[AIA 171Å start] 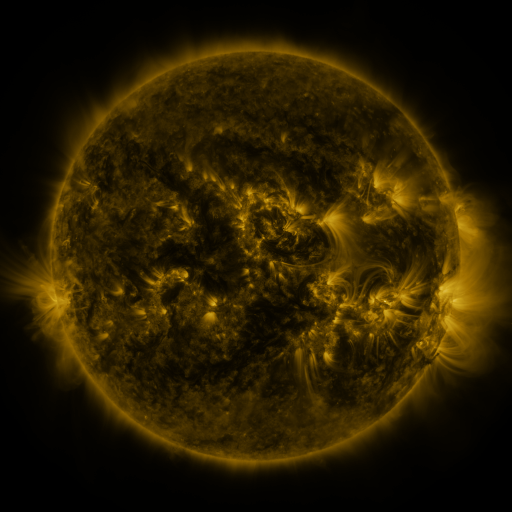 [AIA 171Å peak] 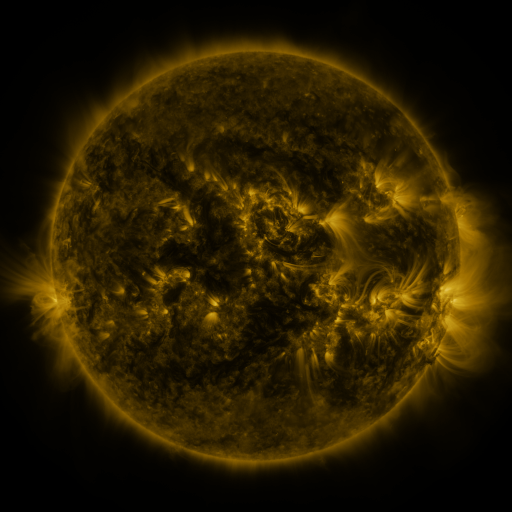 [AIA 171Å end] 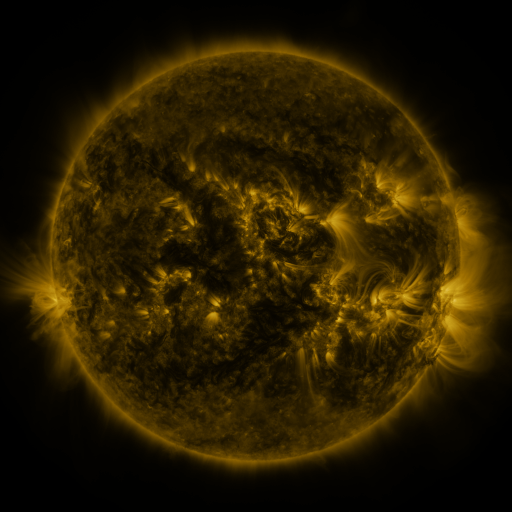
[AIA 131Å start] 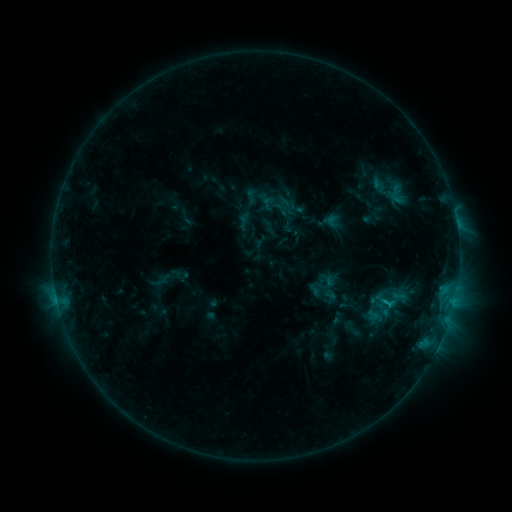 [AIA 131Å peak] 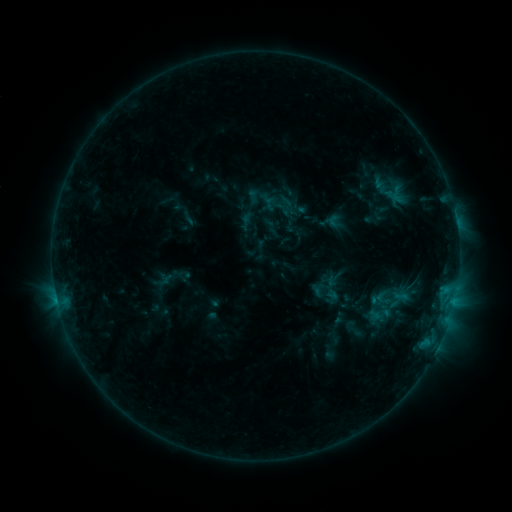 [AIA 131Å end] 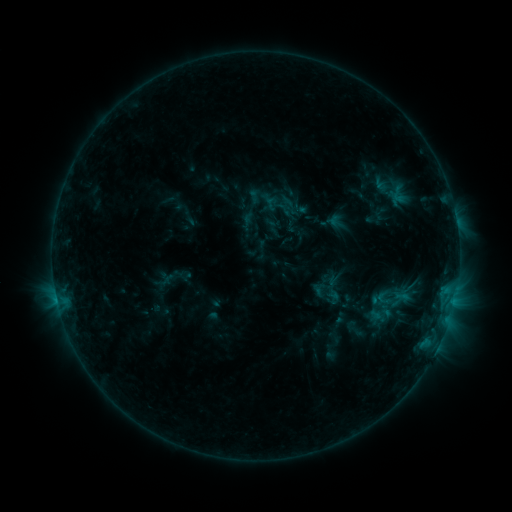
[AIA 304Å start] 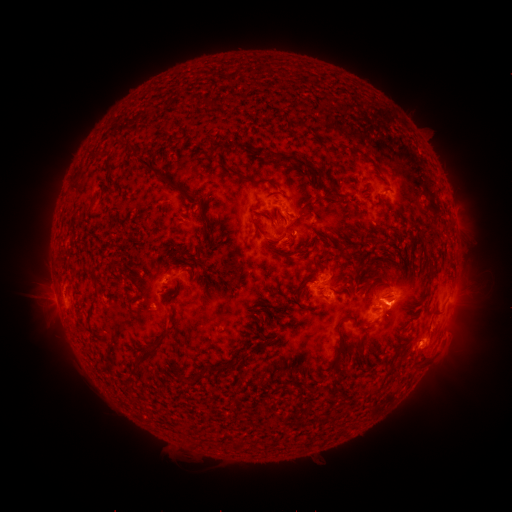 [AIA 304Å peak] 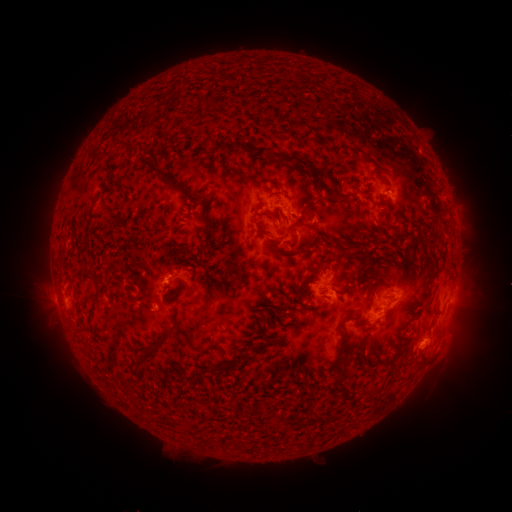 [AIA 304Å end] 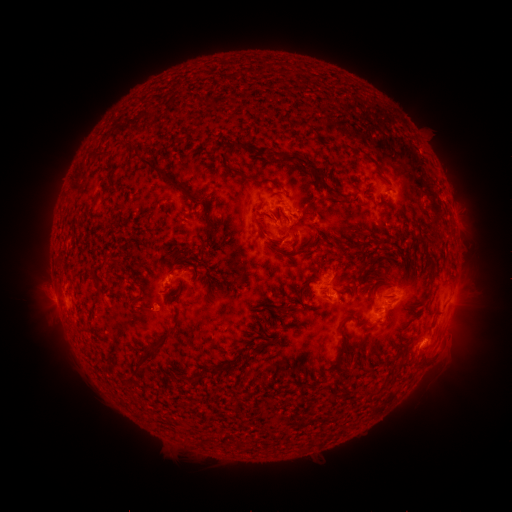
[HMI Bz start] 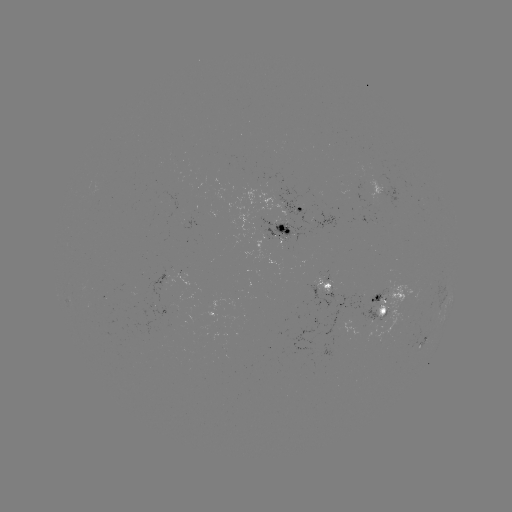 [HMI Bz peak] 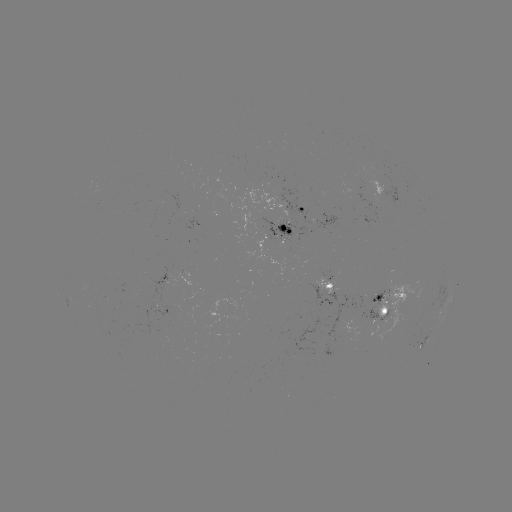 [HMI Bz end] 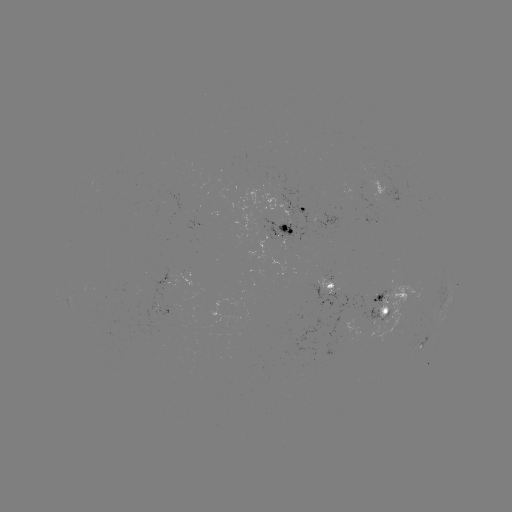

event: emerging-flux region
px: (164, 286)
